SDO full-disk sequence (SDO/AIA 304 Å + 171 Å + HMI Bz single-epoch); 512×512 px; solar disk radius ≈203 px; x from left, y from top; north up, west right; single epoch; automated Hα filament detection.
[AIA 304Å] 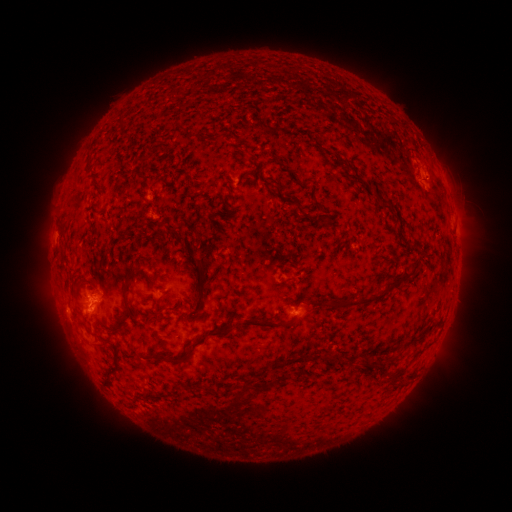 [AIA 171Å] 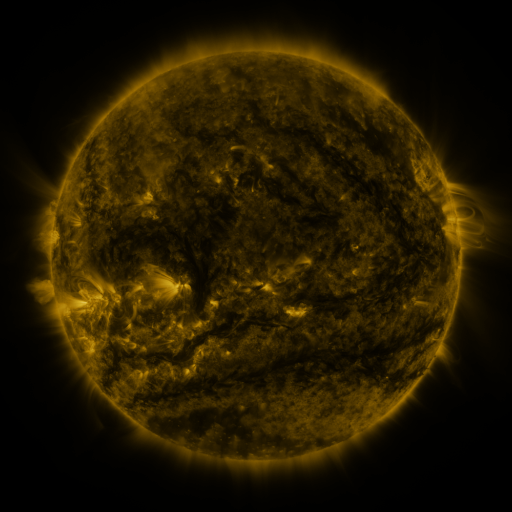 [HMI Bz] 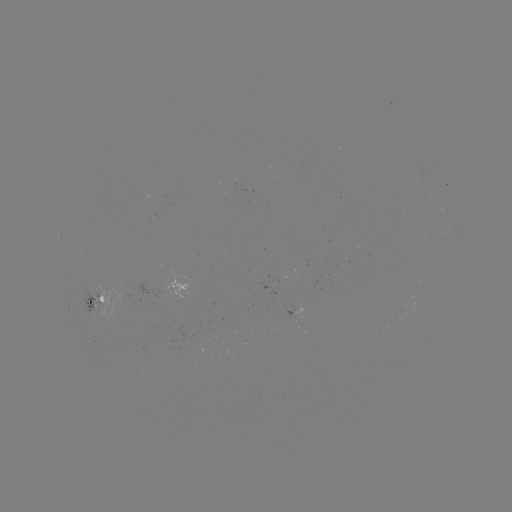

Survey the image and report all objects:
filament: [278, 133, 287, 143]
filament: [333, 153, 343, 166]
filament: [293, 202, 304, 216]
filament: [379, 202, 391, 210]
filament: [312, 250, 320, 262]
filament: [193, 258, 204, 270]
filament: [388, 268, 412, 286]
filament: [122, 269, 154, 309]
filament: [336, 287, 389, 308]
filament: [326, 299, 334, 307]
filament: [148, 305, 168, 323]
filament: [119, 310, 132, 323]
filament: [238, 316, 294, 333]
filament: [188, 327, 236, 351]
filament: [326, 351, 334, 361]
filament: [152, 353, 184, 366]
filament: [363, 354, 371, 366]
filament: [104, 359, 122, 386]
filament: [227, 380, 256, 411]
